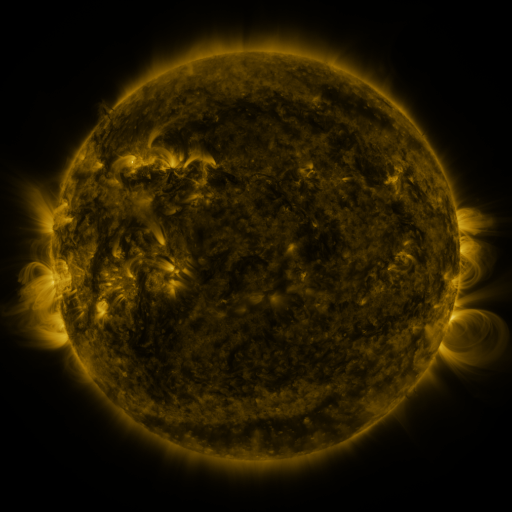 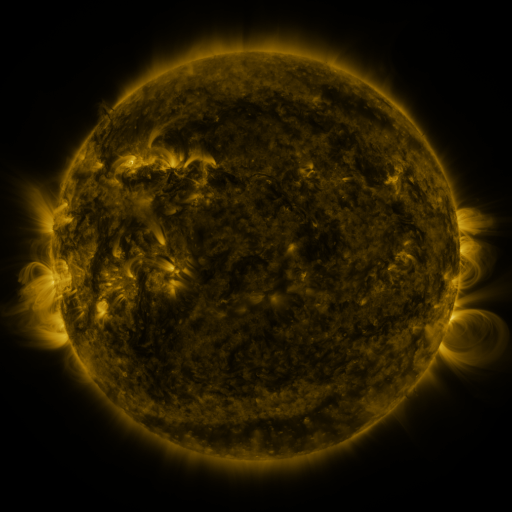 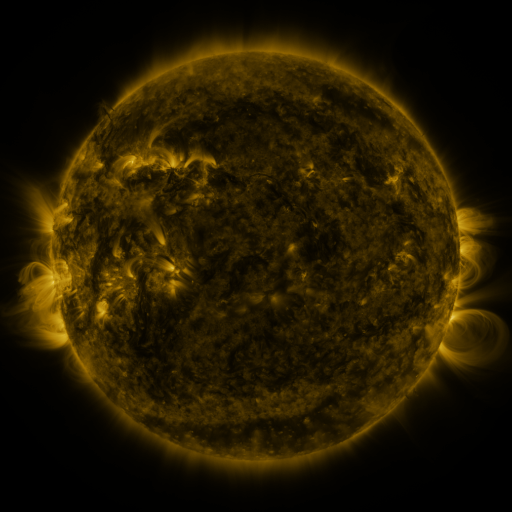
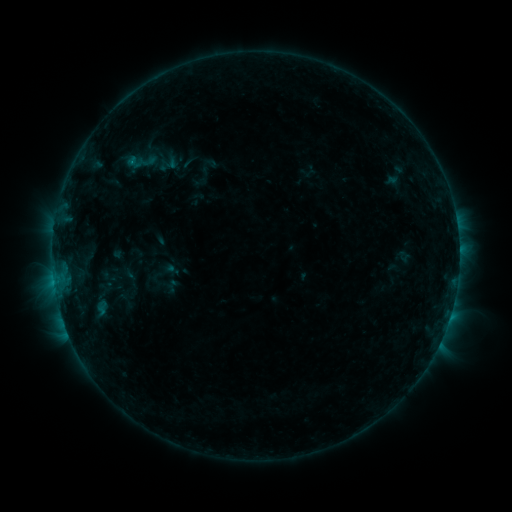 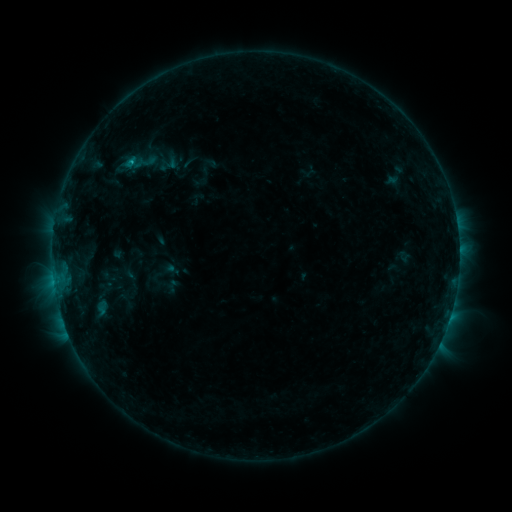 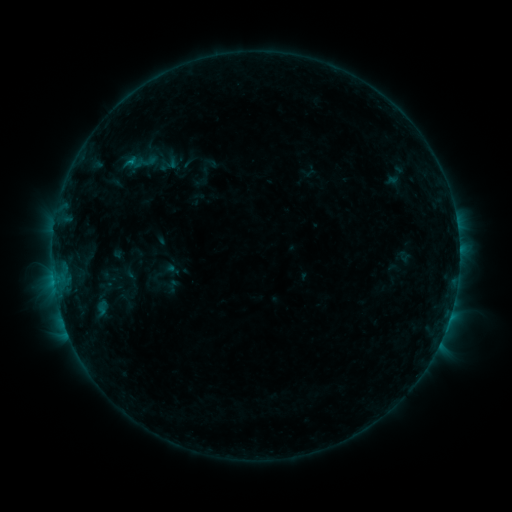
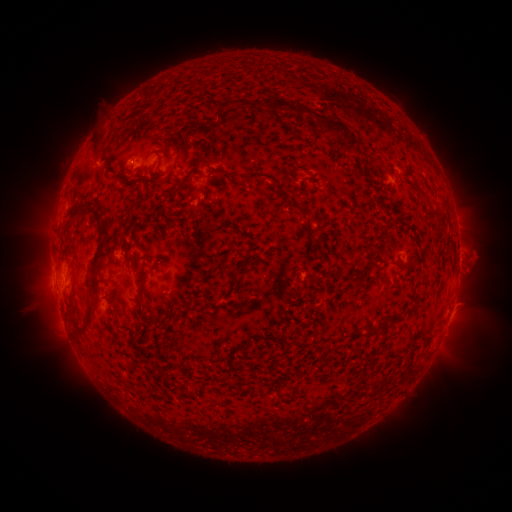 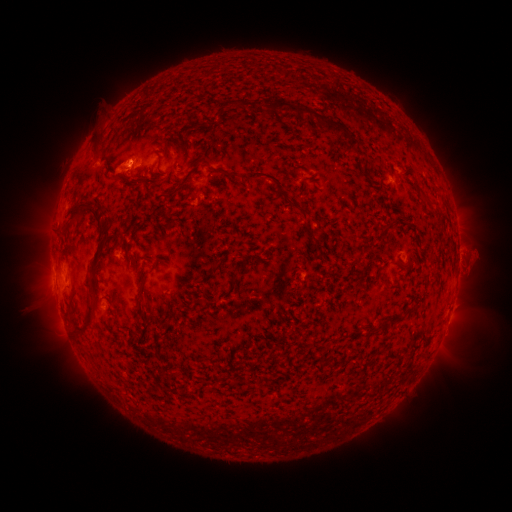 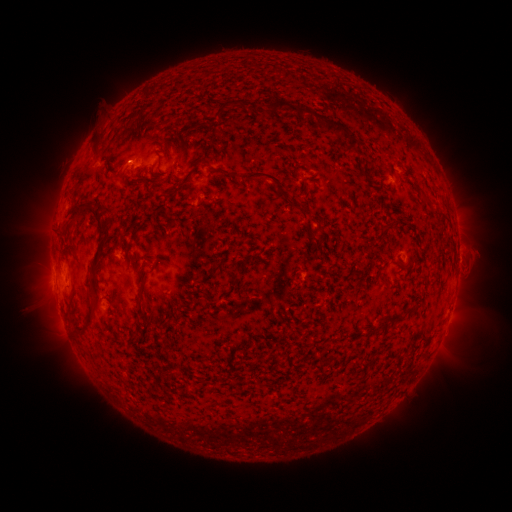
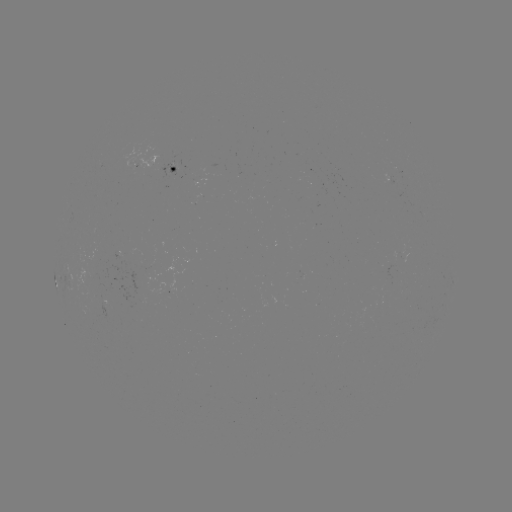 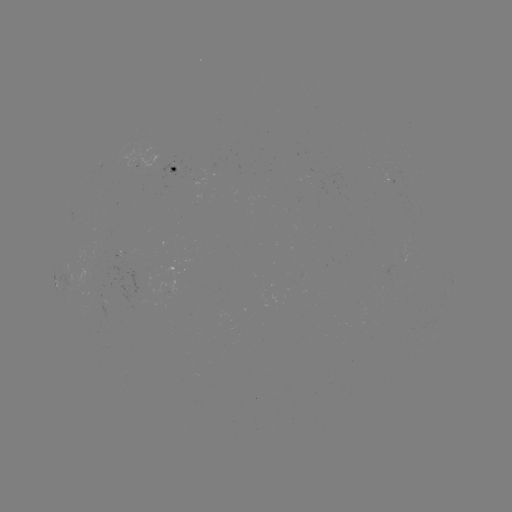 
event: eruption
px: (122, 167)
